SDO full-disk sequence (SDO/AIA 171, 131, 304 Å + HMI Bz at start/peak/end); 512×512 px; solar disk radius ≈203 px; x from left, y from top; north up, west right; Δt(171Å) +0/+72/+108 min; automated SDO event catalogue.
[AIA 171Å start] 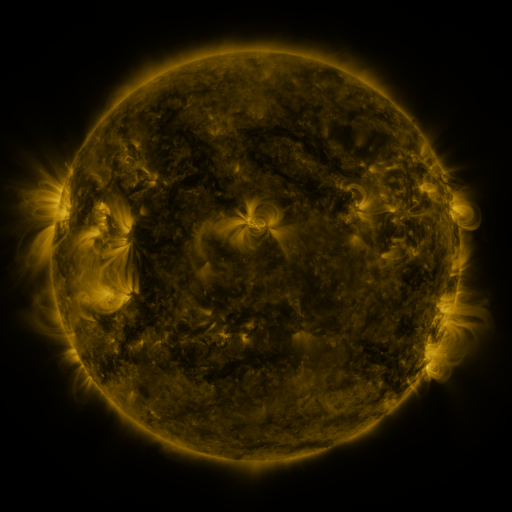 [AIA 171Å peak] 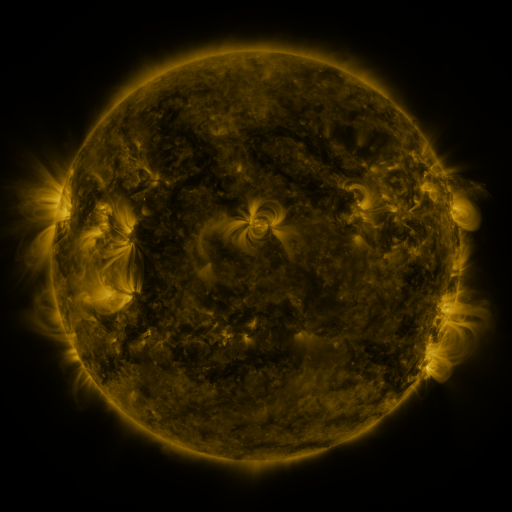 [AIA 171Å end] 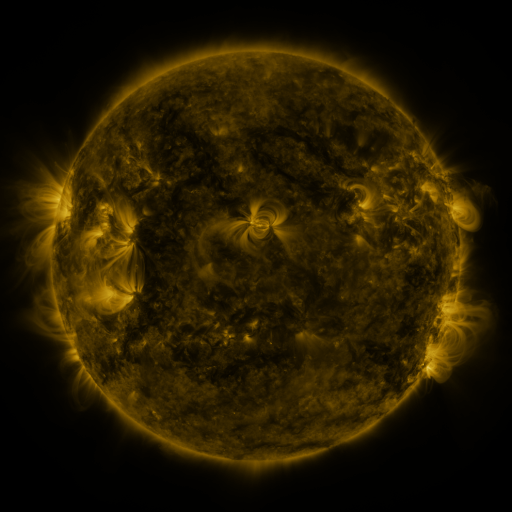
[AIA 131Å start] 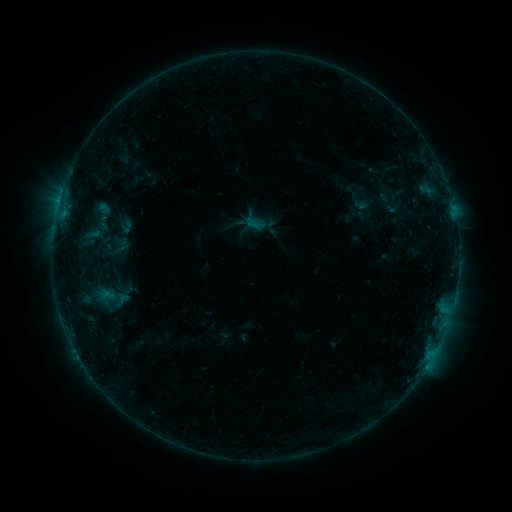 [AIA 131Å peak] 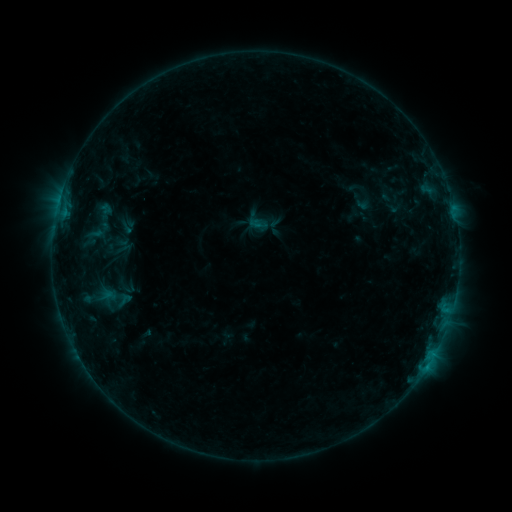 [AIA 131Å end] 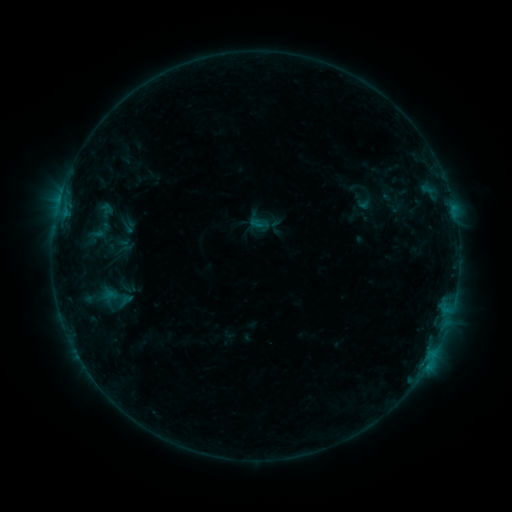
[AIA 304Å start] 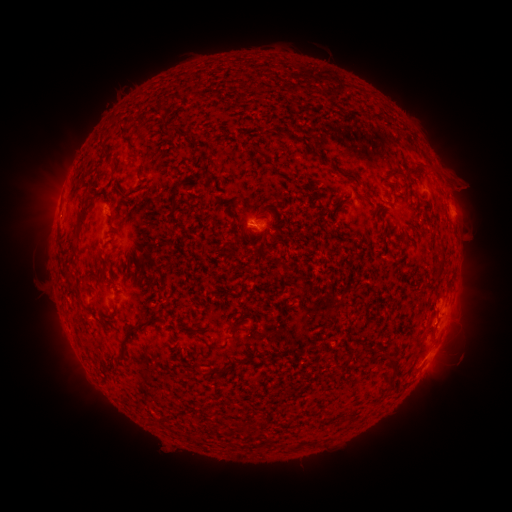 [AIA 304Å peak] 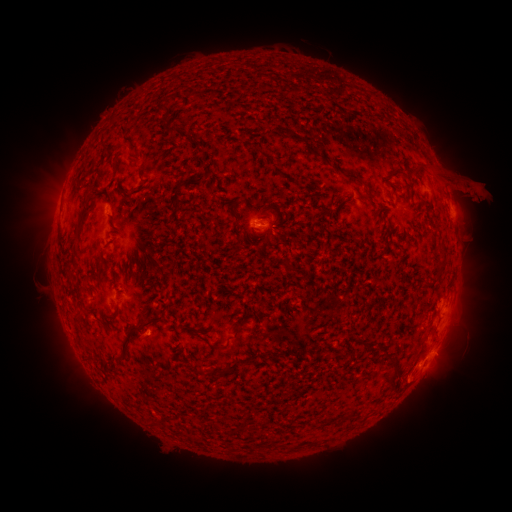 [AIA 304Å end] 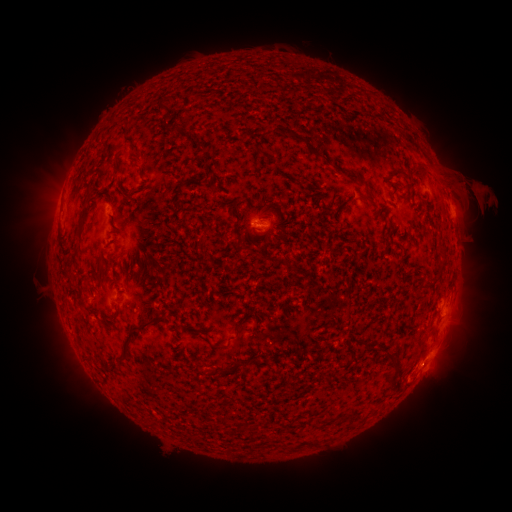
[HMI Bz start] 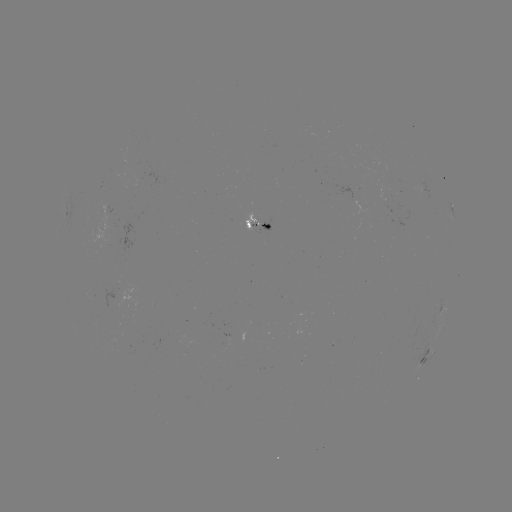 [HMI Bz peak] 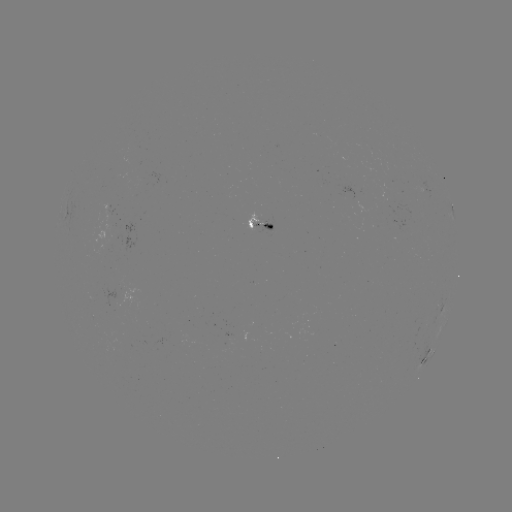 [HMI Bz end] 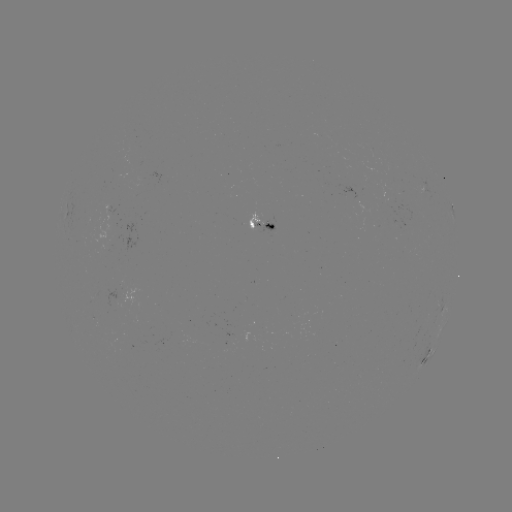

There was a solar emerging-flux region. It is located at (264, 225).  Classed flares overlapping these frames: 1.